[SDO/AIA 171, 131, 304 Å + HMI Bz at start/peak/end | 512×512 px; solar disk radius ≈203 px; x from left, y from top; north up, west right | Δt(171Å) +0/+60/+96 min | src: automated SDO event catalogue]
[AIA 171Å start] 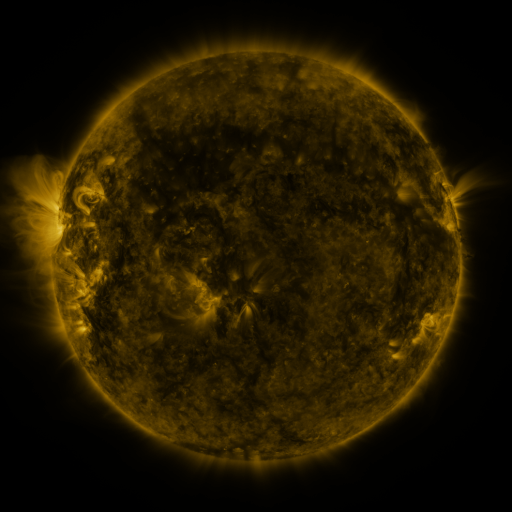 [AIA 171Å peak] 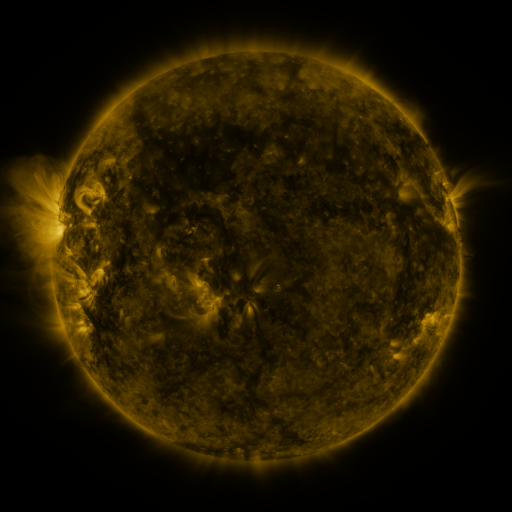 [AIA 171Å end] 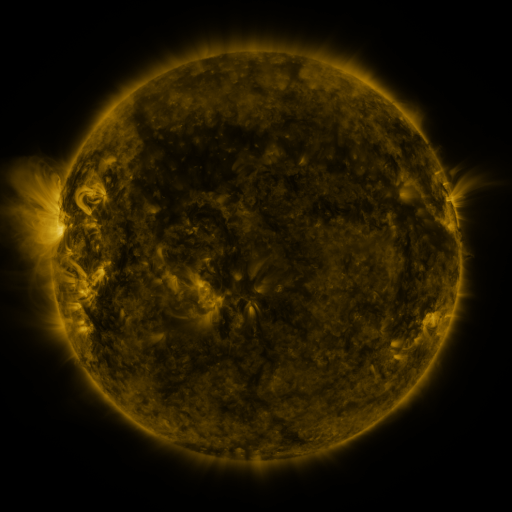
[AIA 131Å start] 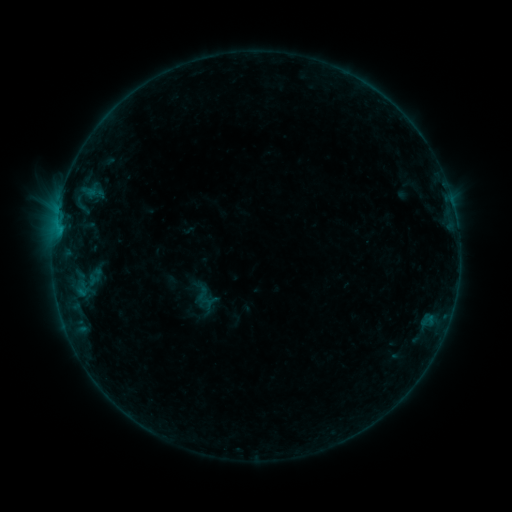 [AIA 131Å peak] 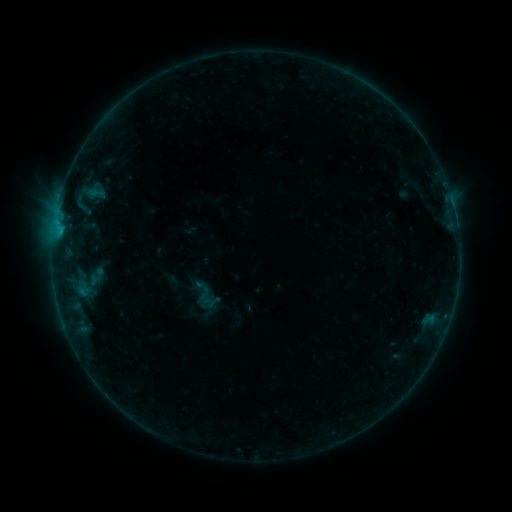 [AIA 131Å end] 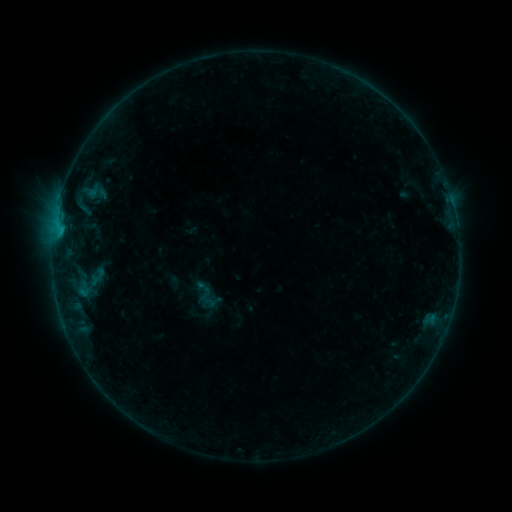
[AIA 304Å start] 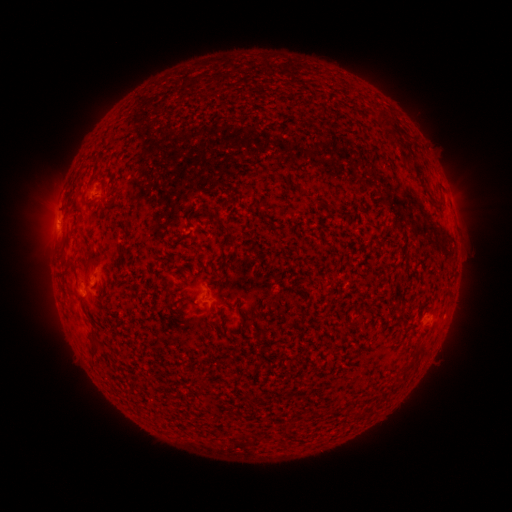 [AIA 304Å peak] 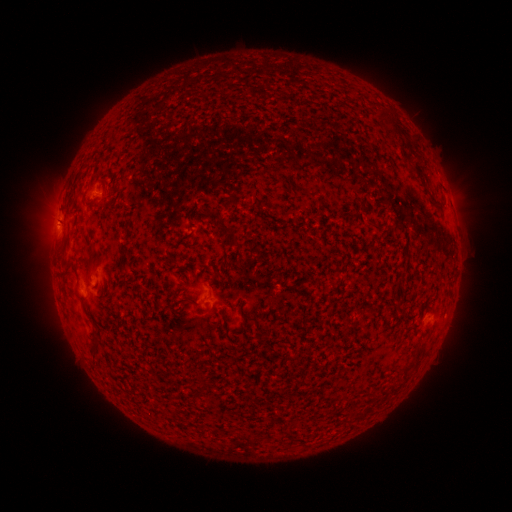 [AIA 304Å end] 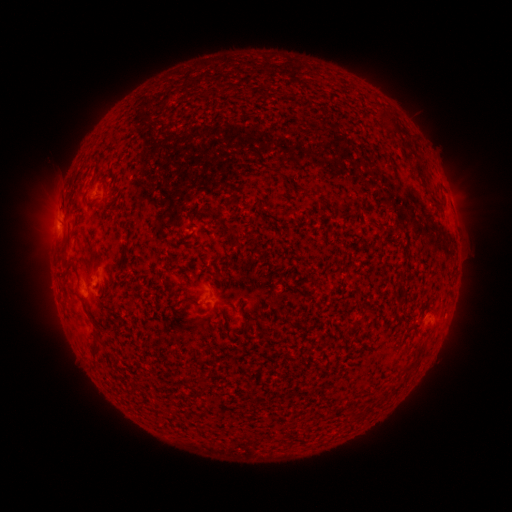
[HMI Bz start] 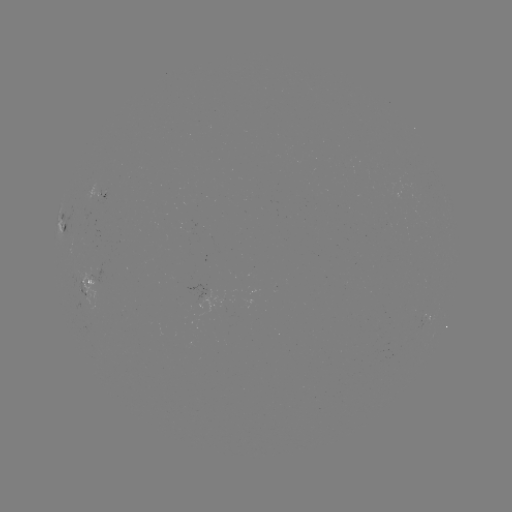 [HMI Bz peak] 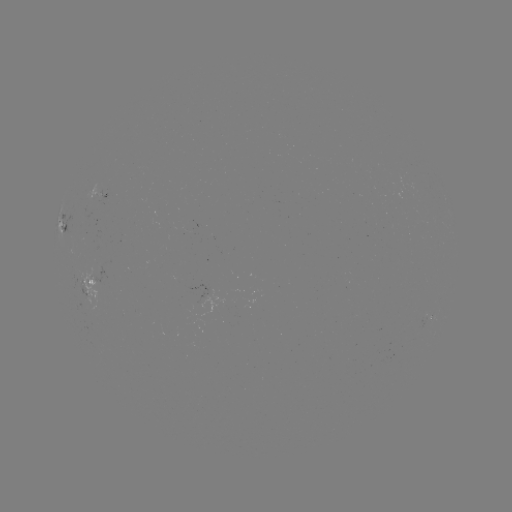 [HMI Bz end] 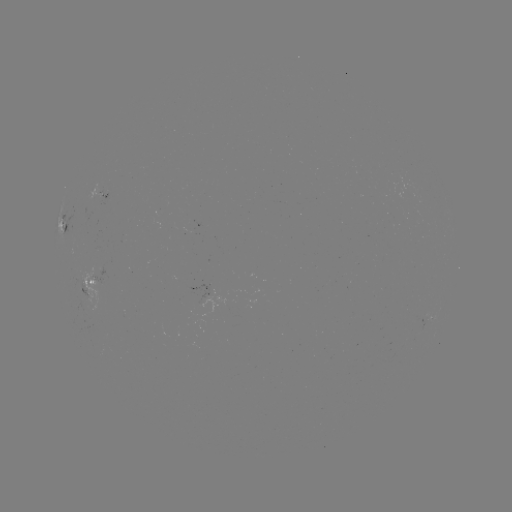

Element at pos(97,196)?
emerging-flux region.